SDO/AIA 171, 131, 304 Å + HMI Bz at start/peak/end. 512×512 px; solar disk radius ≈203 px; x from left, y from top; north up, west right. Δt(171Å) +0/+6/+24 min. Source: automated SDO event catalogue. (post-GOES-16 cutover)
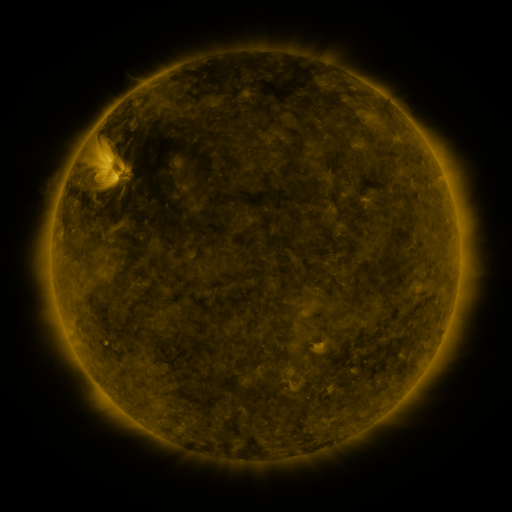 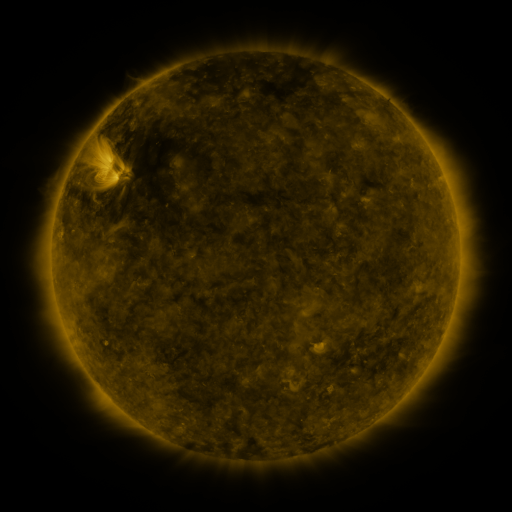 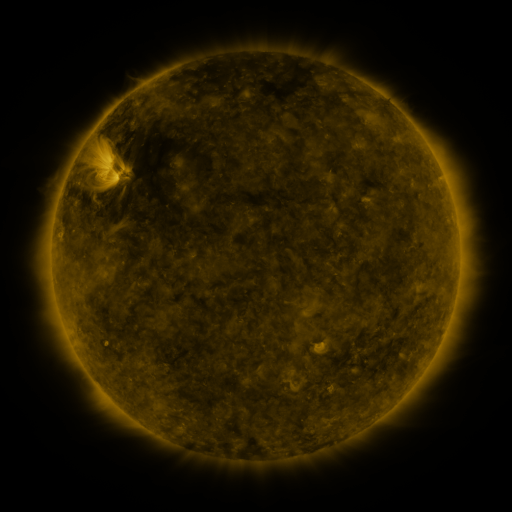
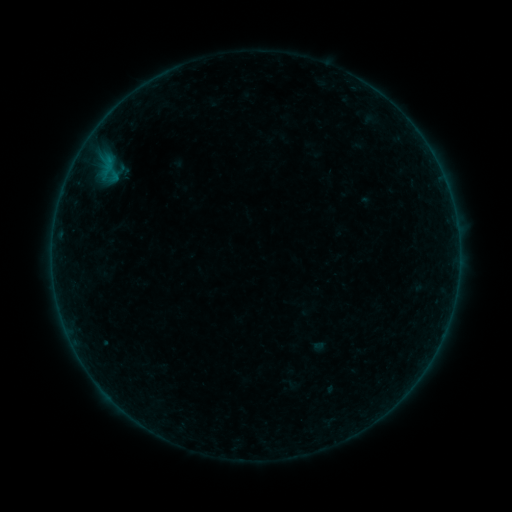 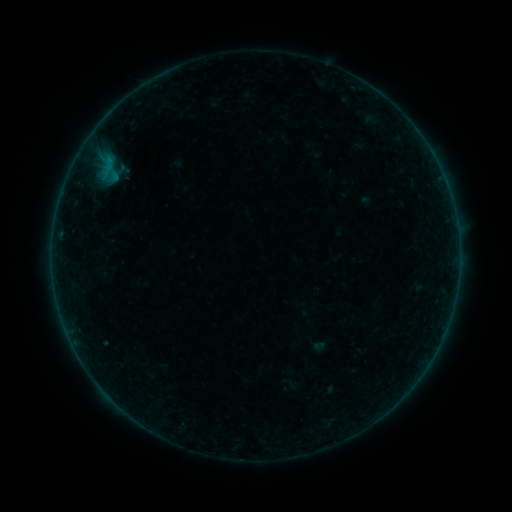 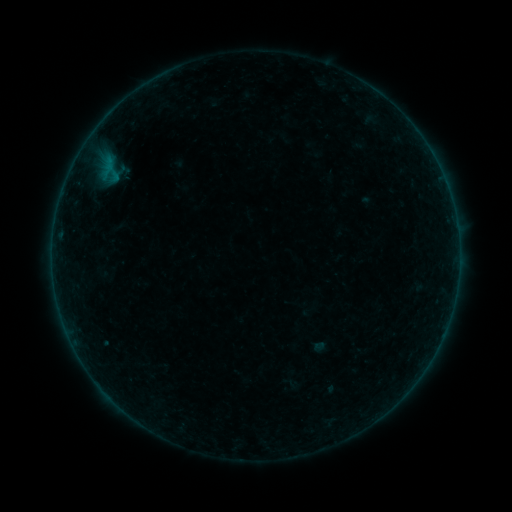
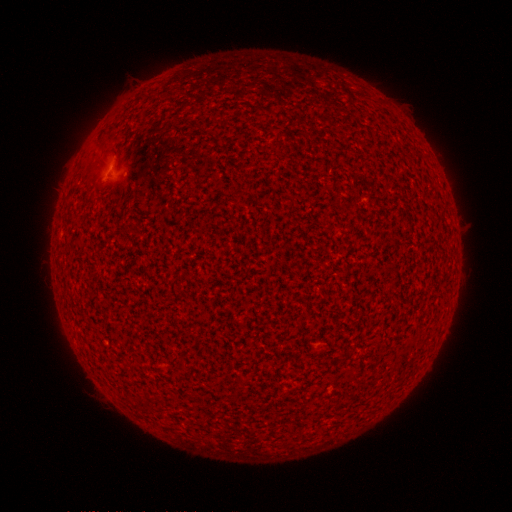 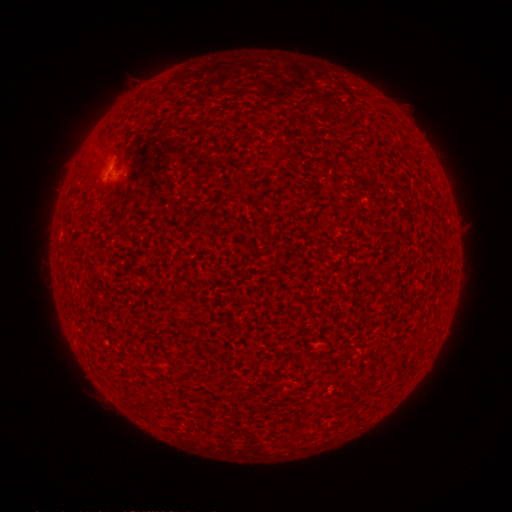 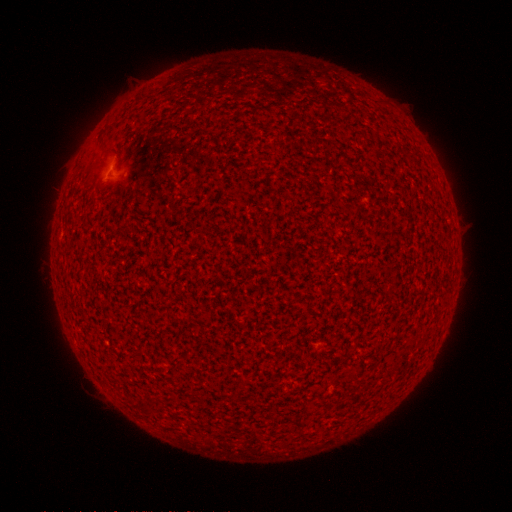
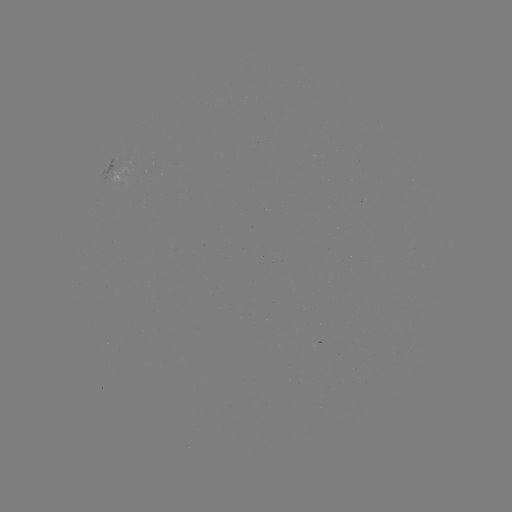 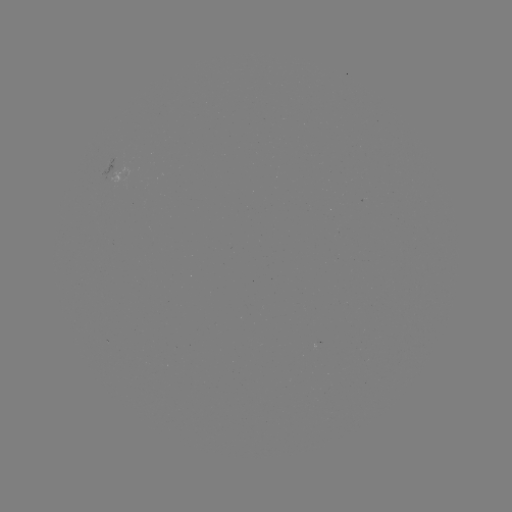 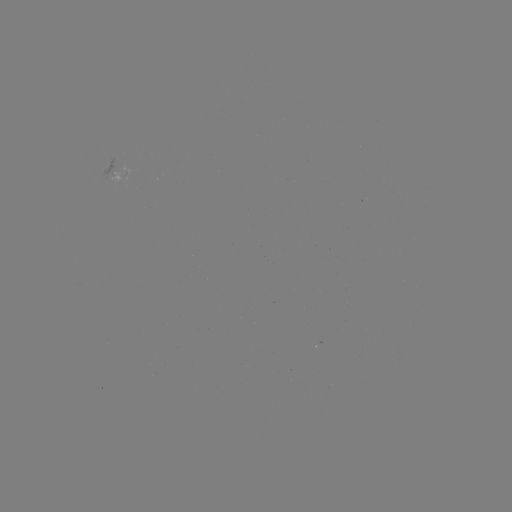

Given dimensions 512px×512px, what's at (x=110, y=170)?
B3.4 flare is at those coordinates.